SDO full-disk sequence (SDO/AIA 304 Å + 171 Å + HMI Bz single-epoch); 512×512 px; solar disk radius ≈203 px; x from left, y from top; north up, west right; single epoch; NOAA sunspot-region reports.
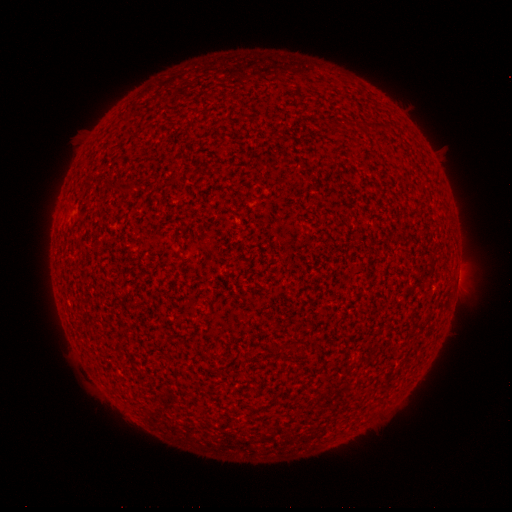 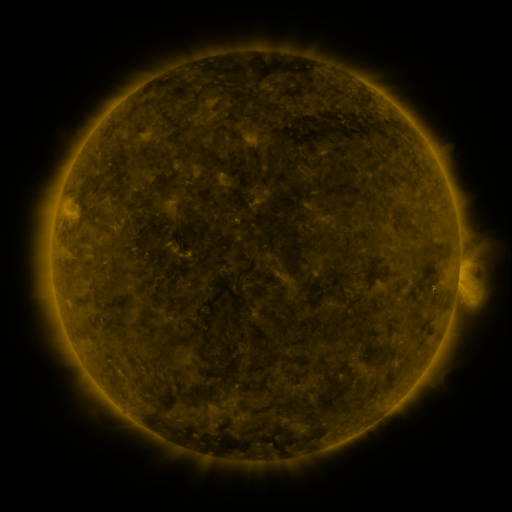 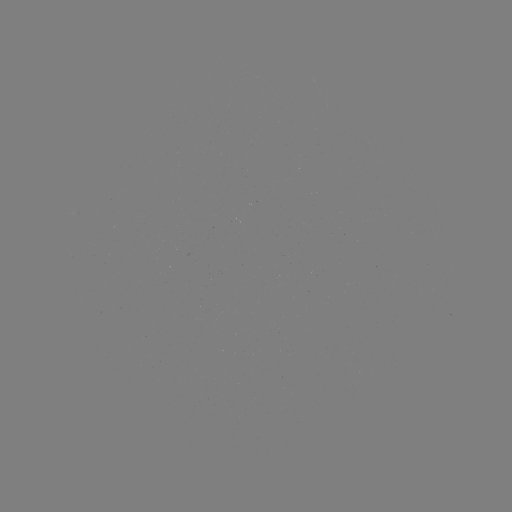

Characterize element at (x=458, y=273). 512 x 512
spotted active region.